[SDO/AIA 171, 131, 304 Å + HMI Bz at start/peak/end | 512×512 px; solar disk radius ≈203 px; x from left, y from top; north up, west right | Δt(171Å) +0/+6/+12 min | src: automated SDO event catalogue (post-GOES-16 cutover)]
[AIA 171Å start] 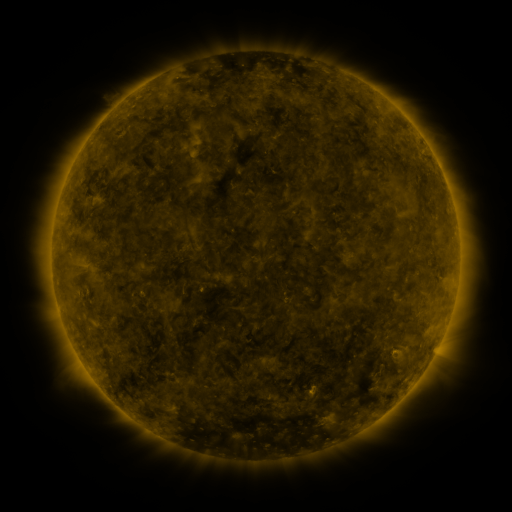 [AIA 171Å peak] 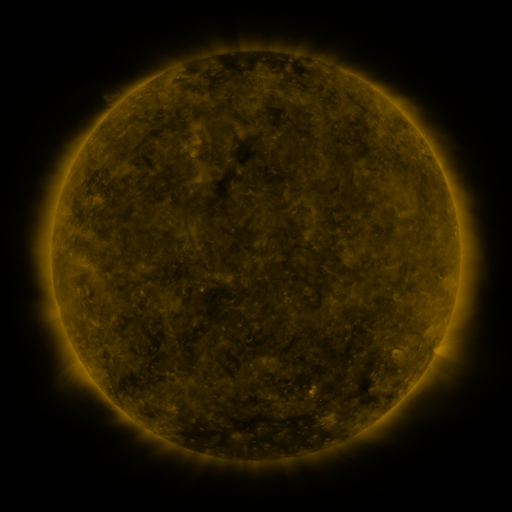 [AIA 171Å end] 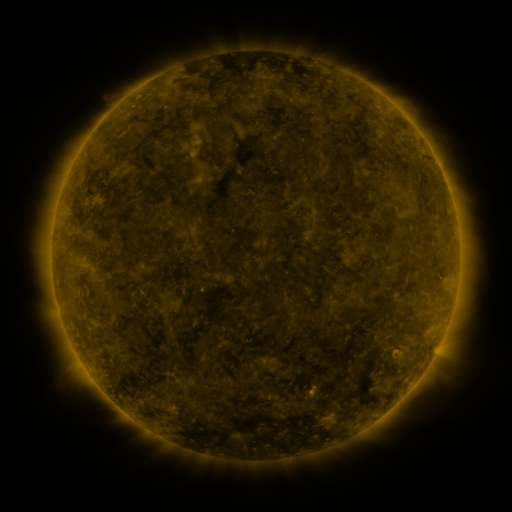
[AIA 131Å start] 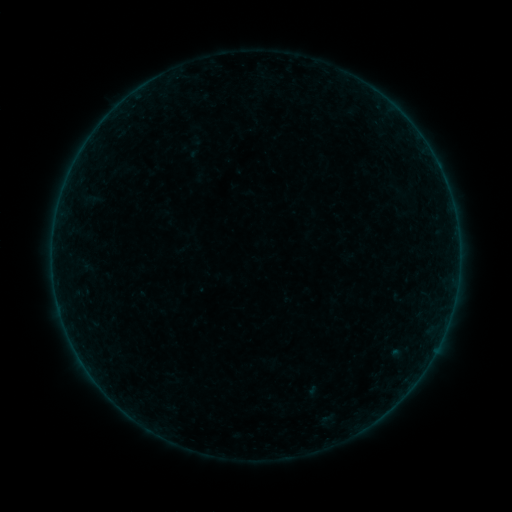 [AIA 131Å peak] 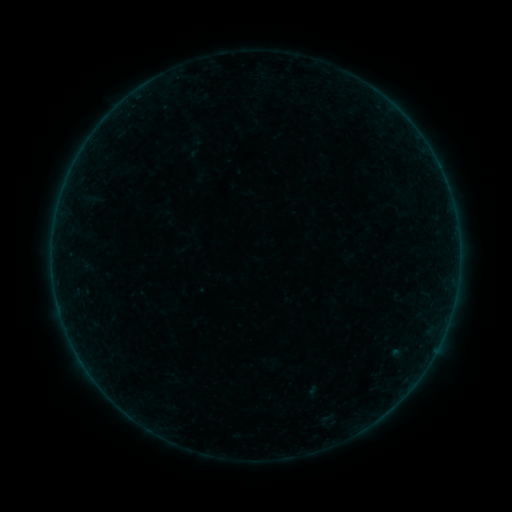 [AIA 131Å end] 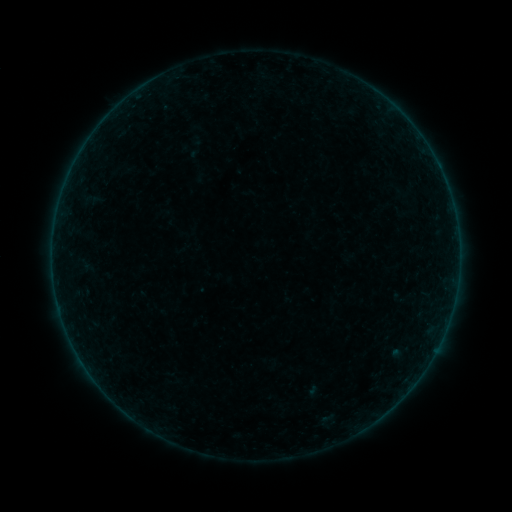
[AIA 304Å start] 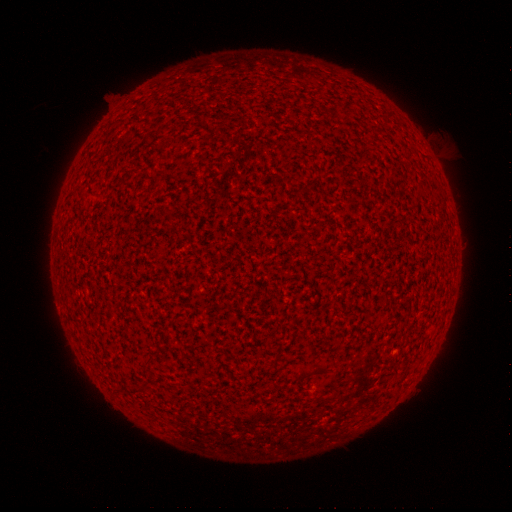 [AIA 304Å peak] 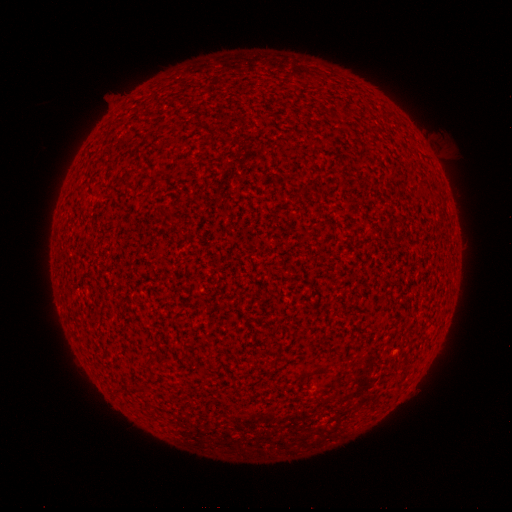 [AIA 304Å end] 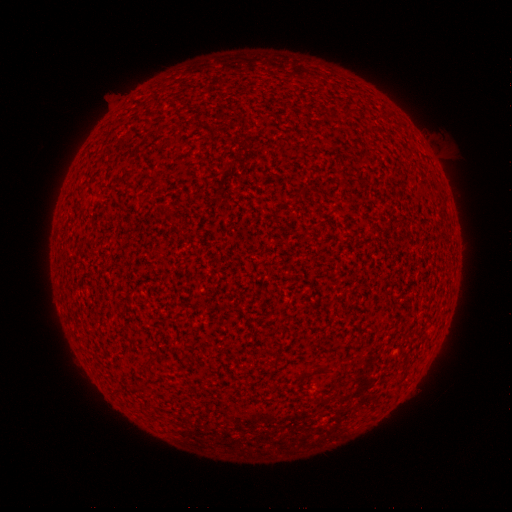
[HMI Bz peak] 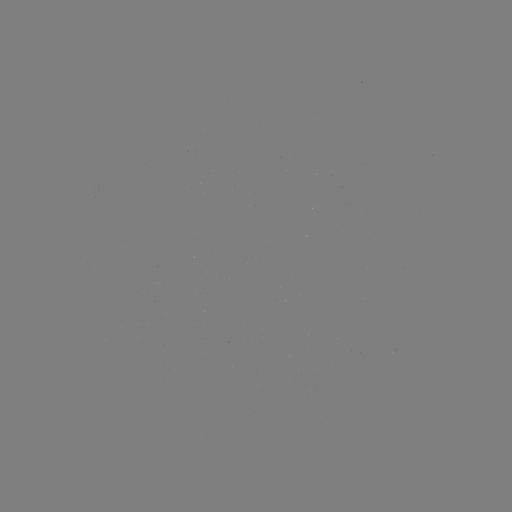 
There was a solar flare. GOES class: A1.1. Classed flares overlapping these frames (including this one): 1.